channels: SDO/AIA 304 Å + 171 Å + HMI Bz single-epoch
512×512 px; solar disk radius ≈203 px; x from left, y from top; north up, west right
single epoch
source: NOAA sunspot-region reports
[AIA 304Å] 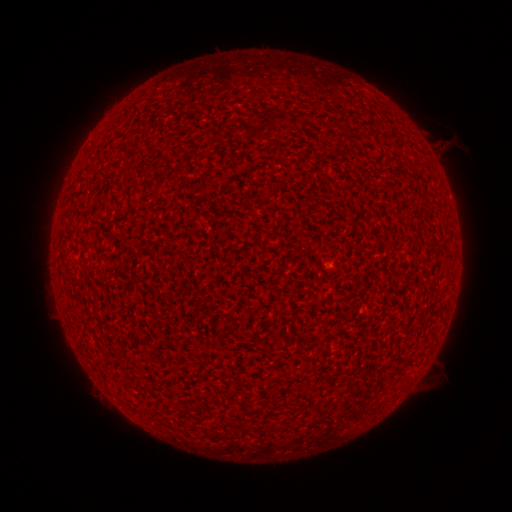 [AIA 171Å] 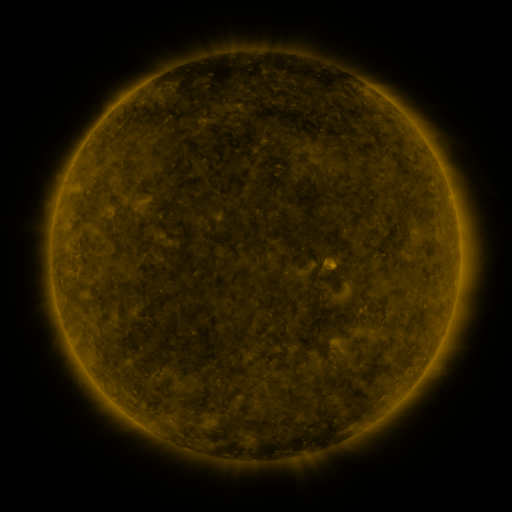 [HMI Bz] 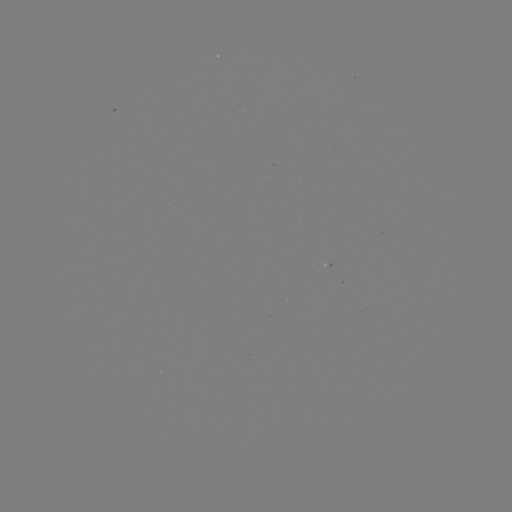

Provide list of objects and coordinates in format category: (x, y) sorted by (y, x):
(none)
